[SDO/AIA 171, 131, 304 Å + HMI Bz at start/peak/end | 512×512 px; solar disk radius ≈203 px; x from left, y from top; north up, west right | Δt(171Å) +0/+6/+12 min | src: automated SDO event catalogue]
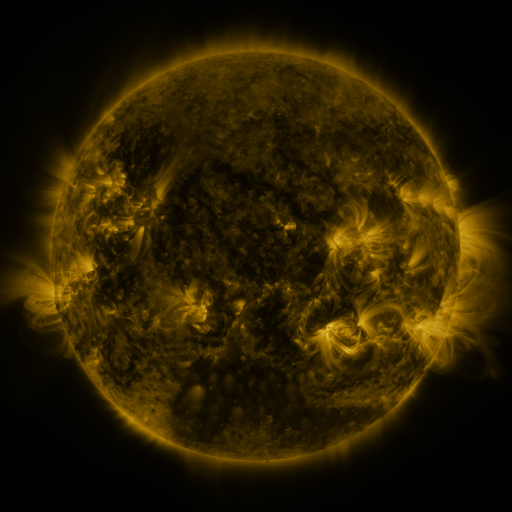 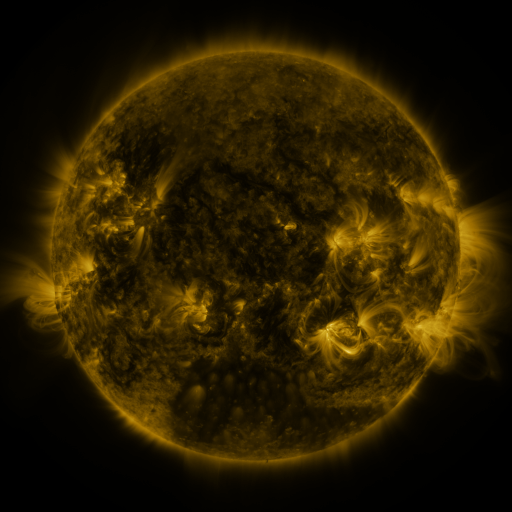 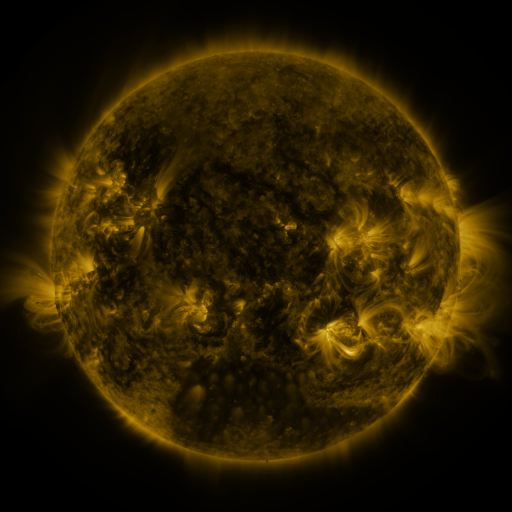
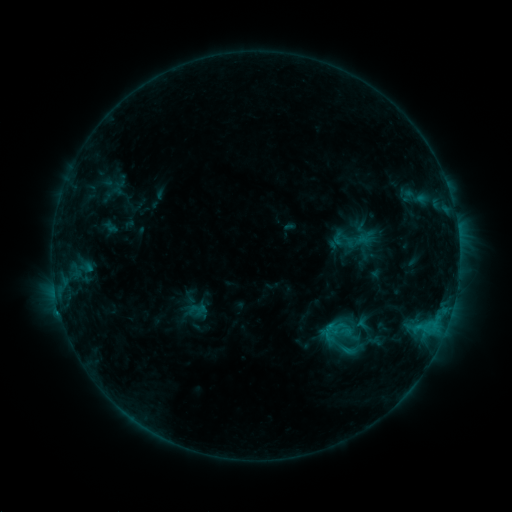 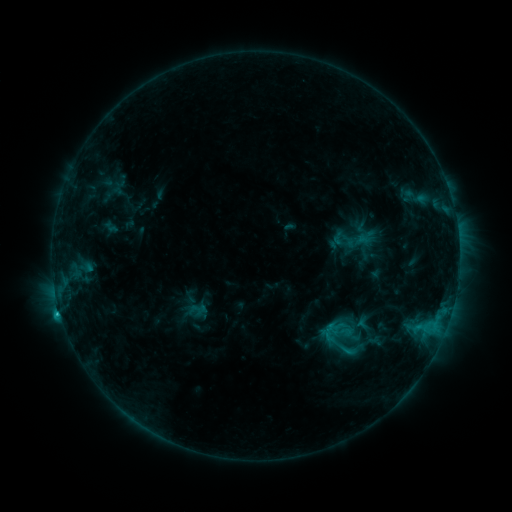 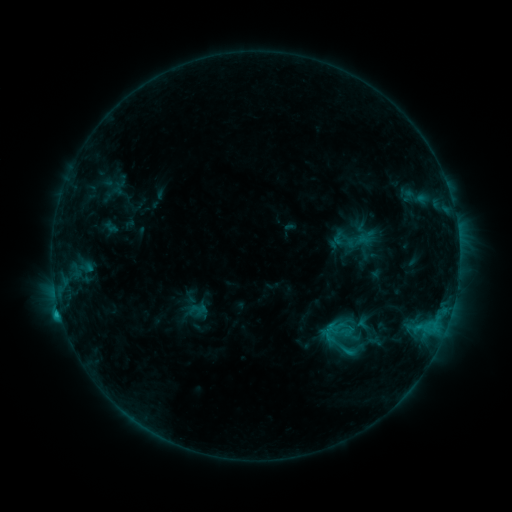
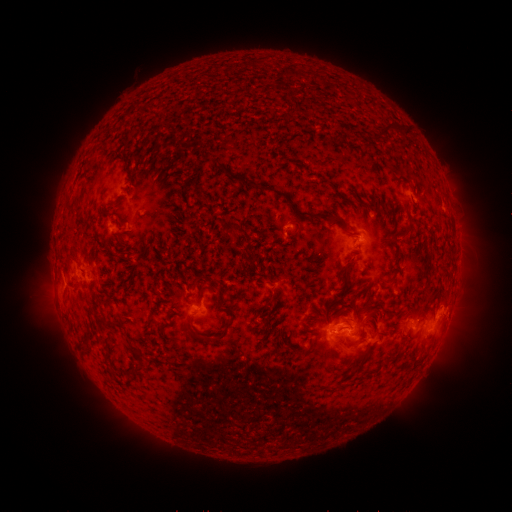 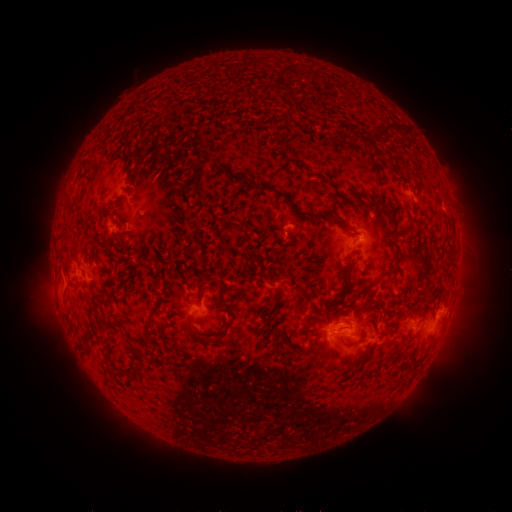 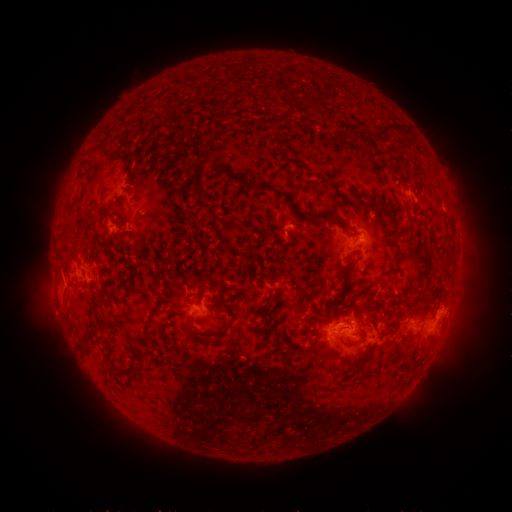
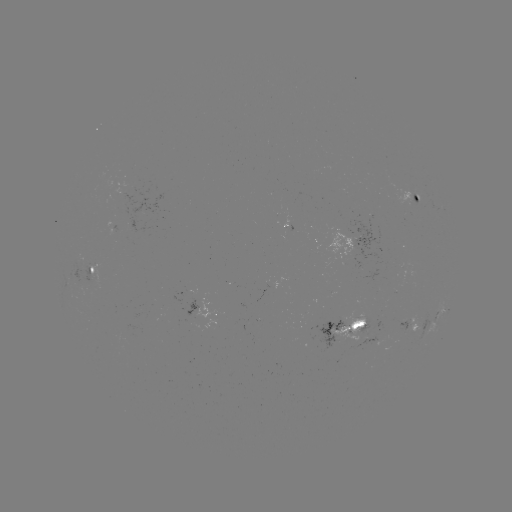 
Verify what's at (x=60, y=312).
C1.4 flare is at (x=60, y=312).